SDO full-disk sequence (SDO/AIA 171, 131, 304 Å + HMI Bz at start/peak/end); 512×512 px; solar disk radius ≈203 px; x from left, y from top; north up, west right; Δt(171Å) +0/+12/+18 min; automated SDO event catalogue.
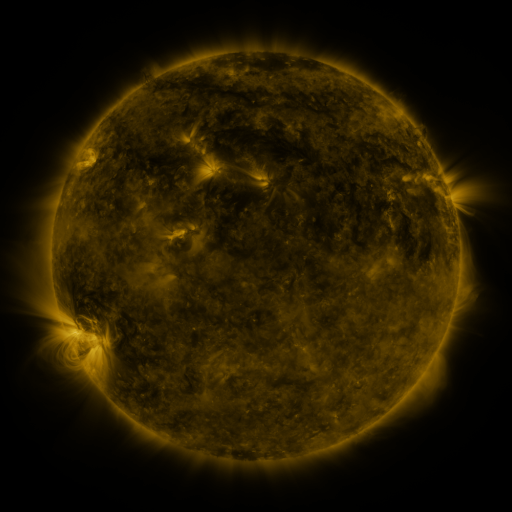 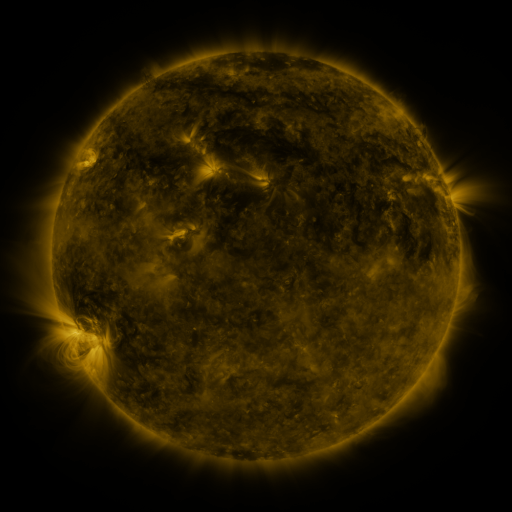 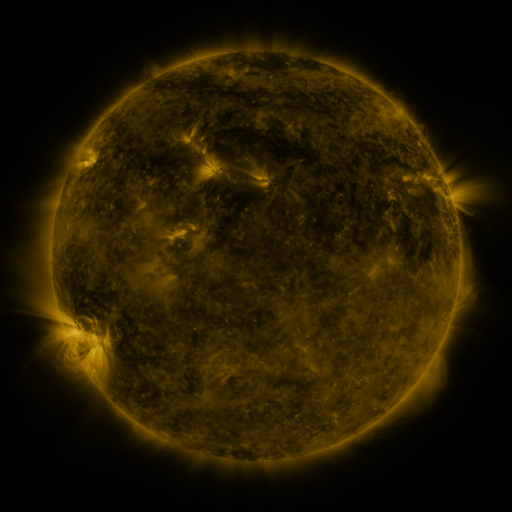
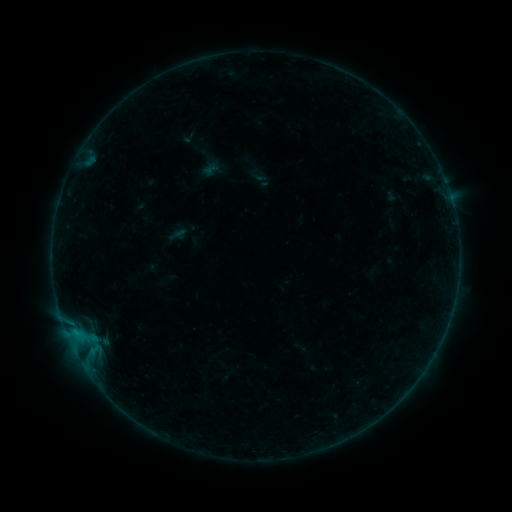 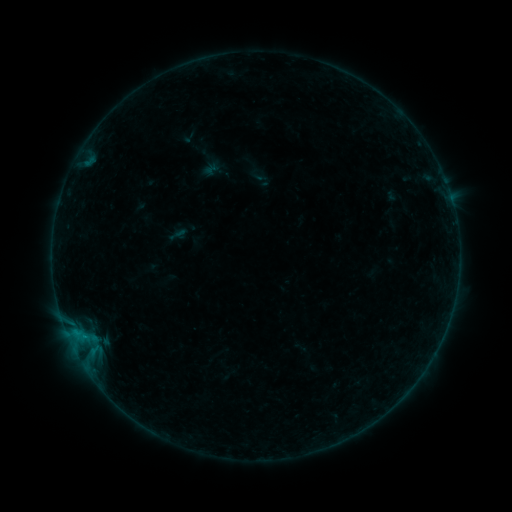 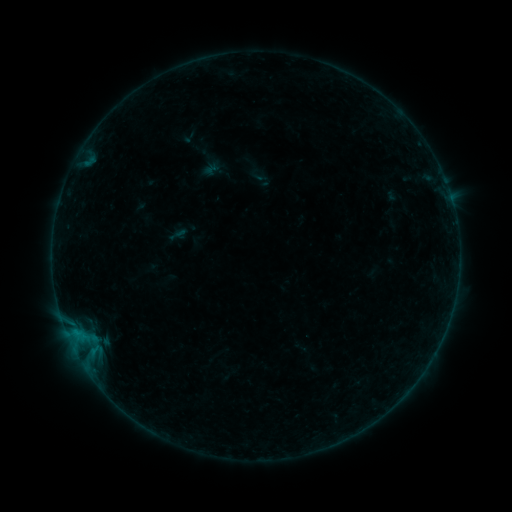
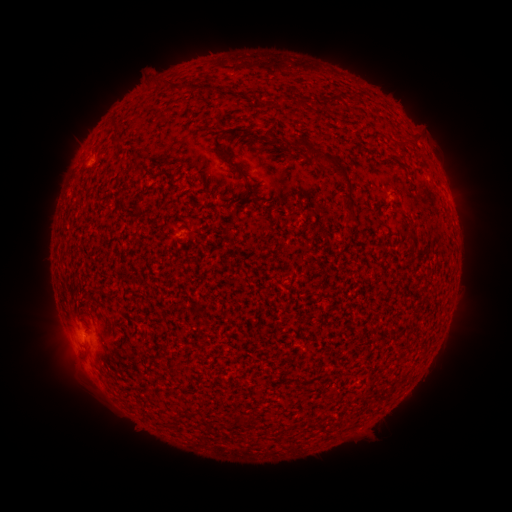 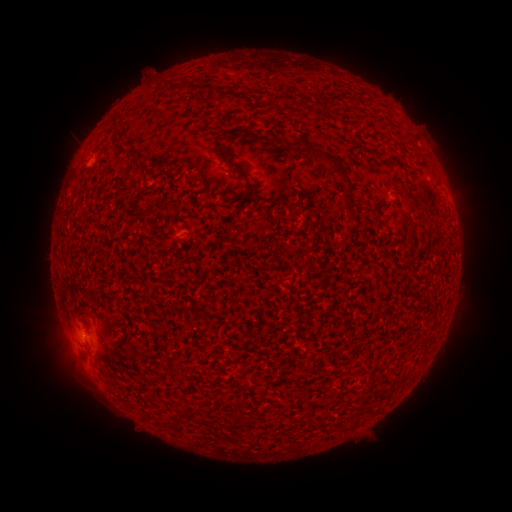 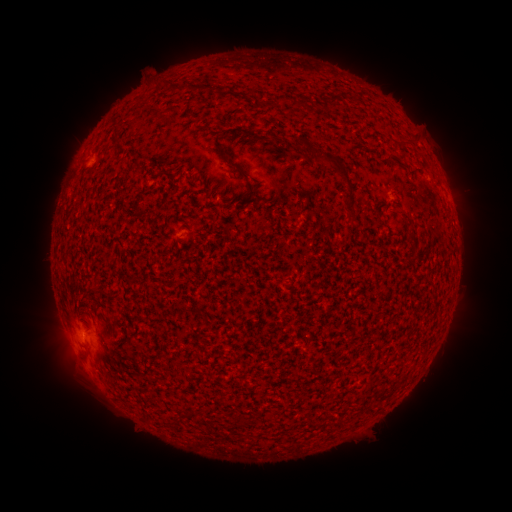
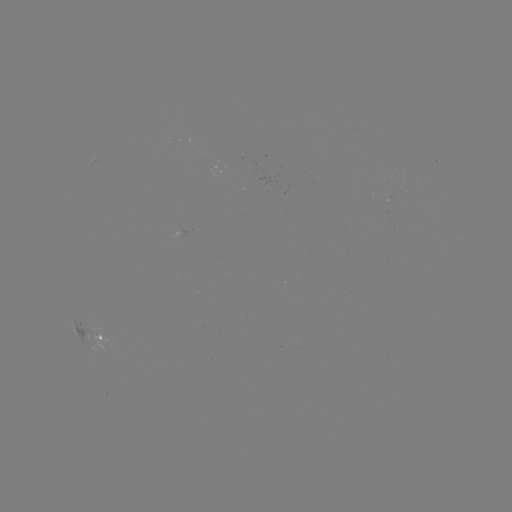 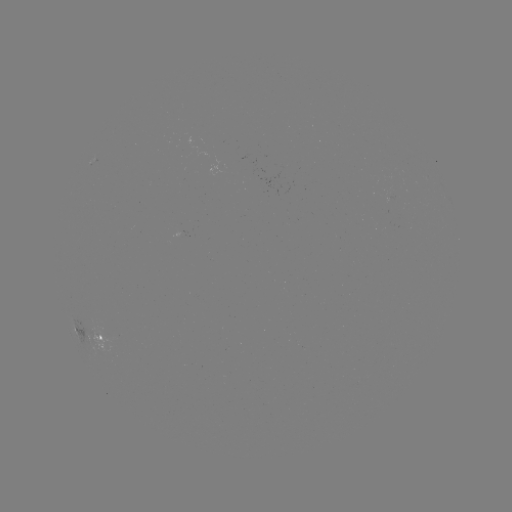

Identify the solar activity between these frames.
B1.7 flare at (85, 335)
